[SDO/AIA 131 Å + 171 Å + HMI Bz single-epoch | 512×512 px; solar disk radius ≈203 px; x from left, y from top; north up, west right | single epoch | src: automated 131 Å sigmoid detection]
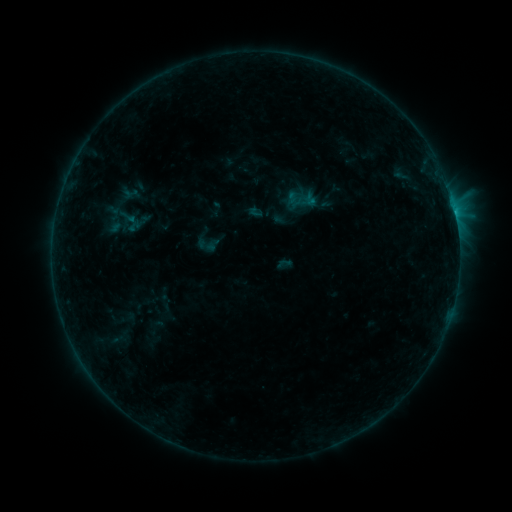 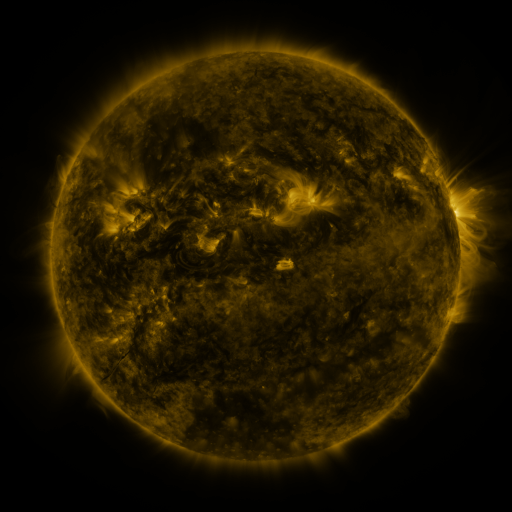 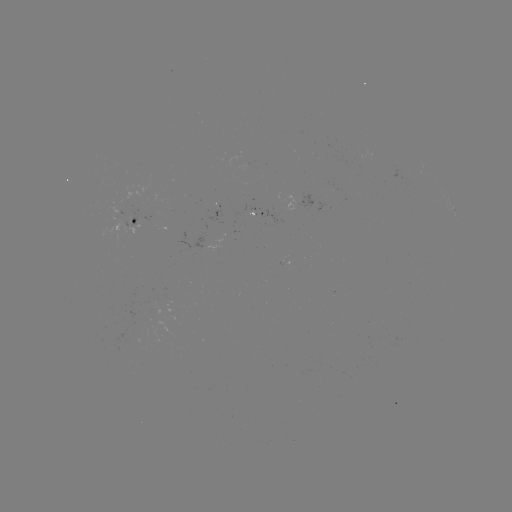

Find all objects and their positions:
sigmoid: (127, 216)
sigmoid: (165, 302)
